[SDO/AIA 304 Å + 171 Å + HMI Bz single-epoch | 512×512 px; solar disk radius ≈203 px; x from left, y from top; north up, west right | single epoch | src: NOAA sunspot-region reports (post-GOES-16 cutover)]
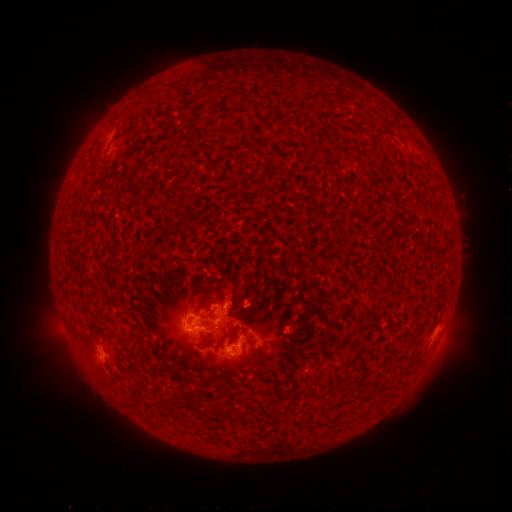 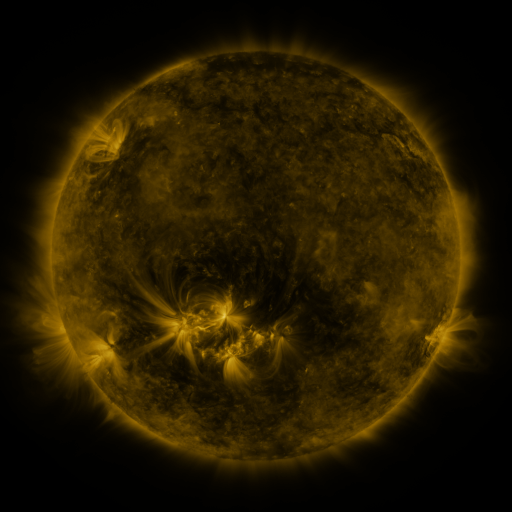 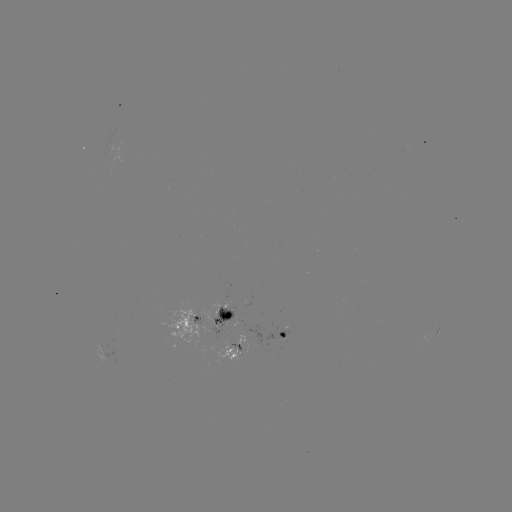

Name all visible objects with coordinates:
spotted active region: (117, 159)
spotted active region: (205, 322)
spotted active region: (438, 333)
spotted active region: (259, 345)
